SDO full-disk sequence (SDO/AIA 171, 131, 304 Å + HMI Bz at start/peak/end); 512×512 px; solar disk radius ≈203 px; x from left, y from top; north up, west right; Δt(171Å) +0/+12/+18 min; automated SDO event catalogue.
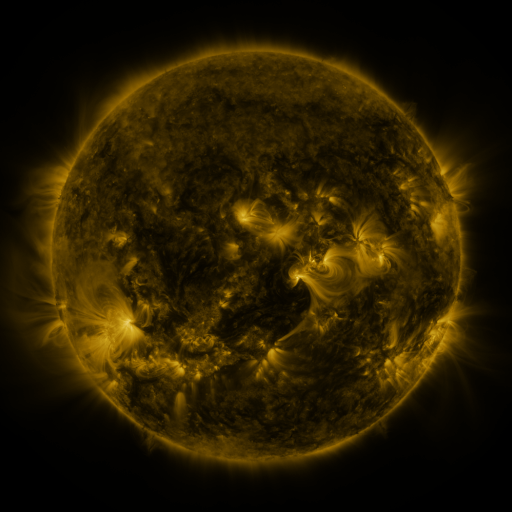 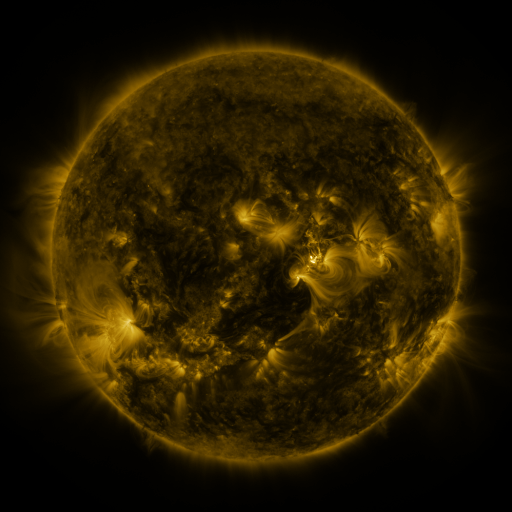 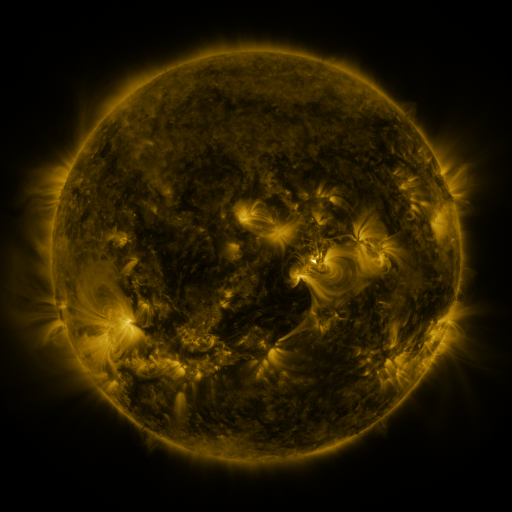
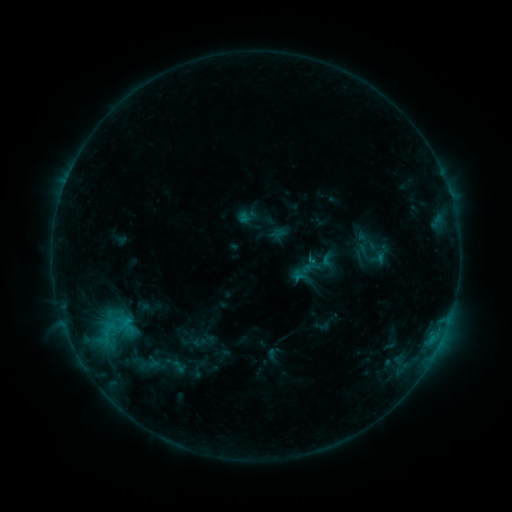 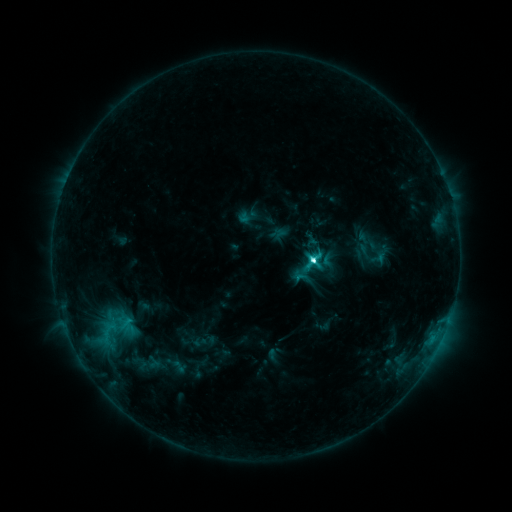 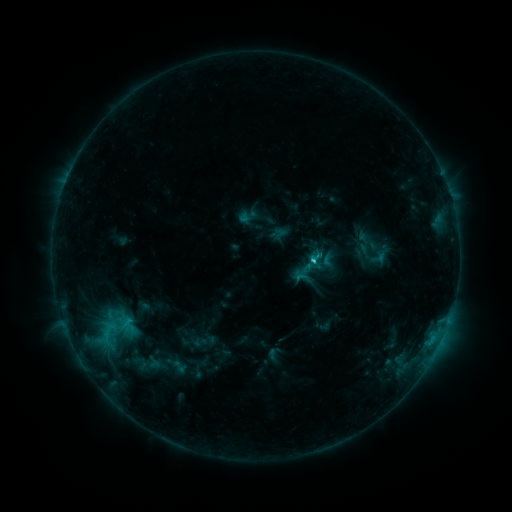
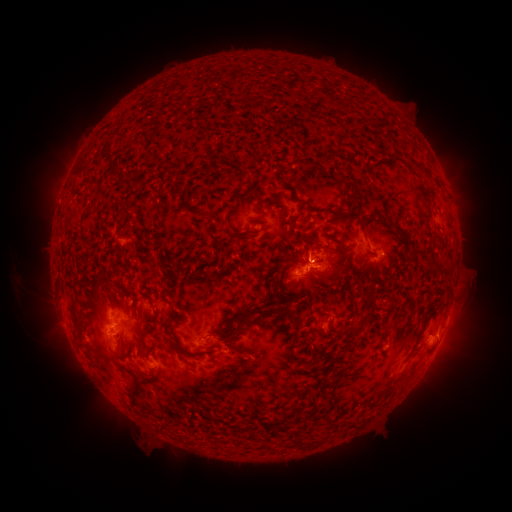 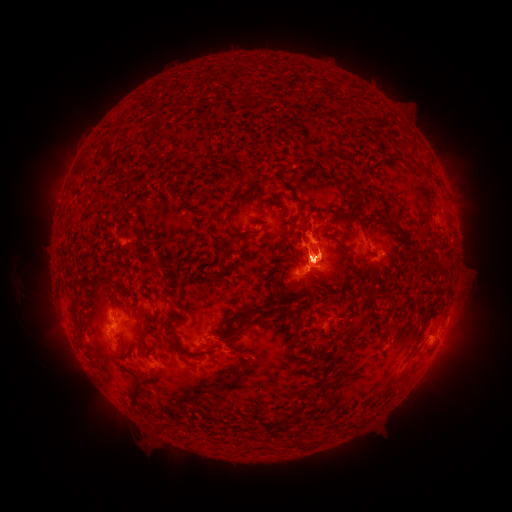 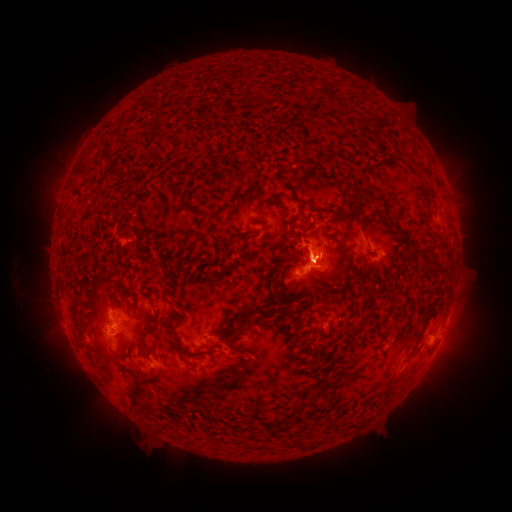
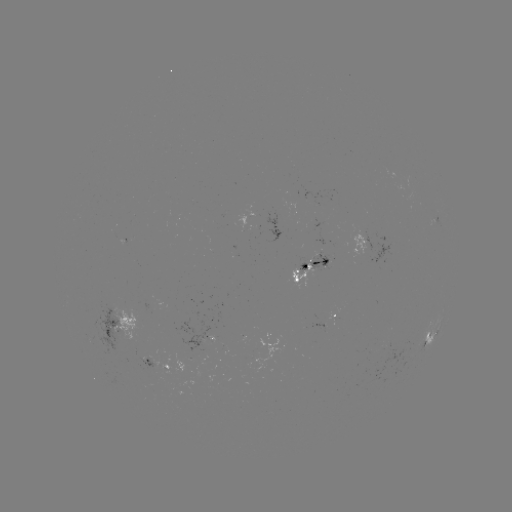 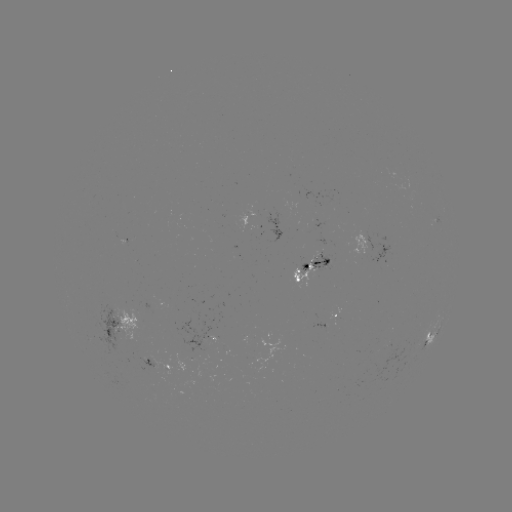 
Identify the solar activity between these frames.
C5.5 flare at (312, 262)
